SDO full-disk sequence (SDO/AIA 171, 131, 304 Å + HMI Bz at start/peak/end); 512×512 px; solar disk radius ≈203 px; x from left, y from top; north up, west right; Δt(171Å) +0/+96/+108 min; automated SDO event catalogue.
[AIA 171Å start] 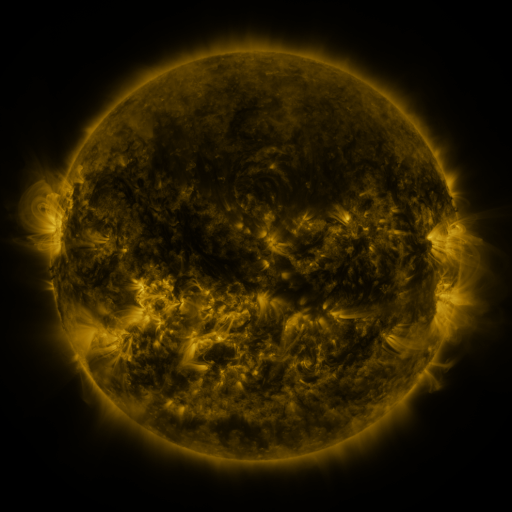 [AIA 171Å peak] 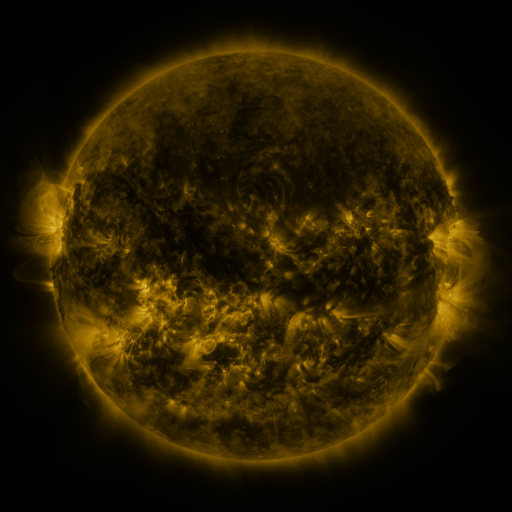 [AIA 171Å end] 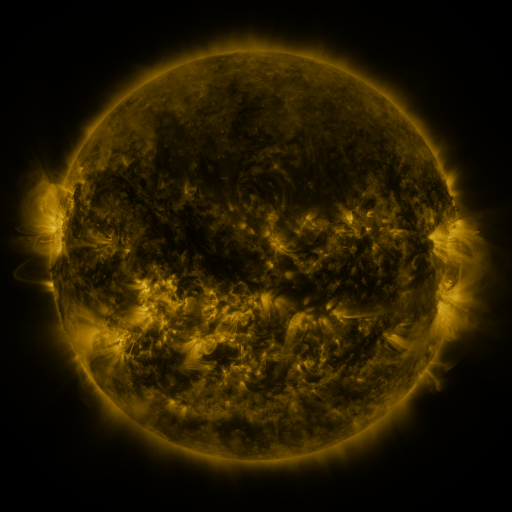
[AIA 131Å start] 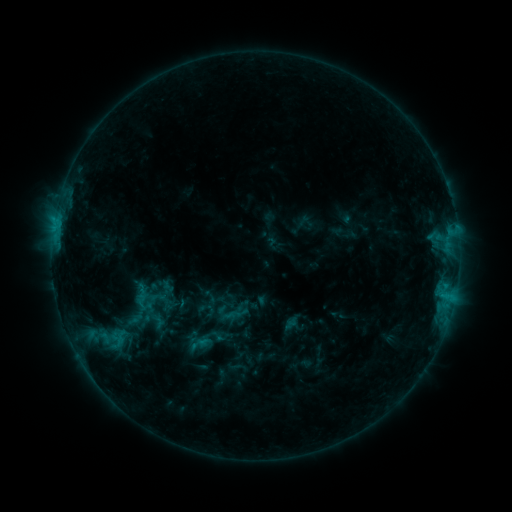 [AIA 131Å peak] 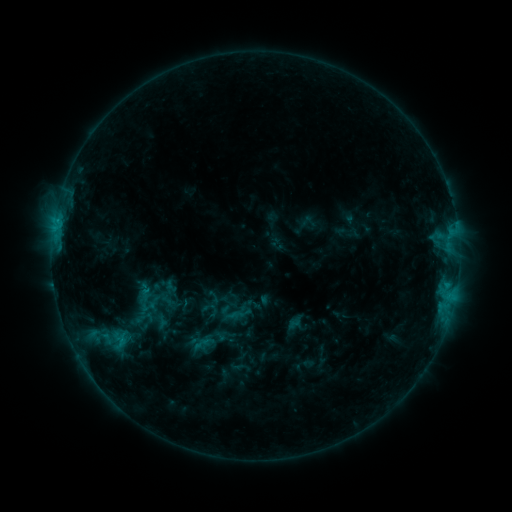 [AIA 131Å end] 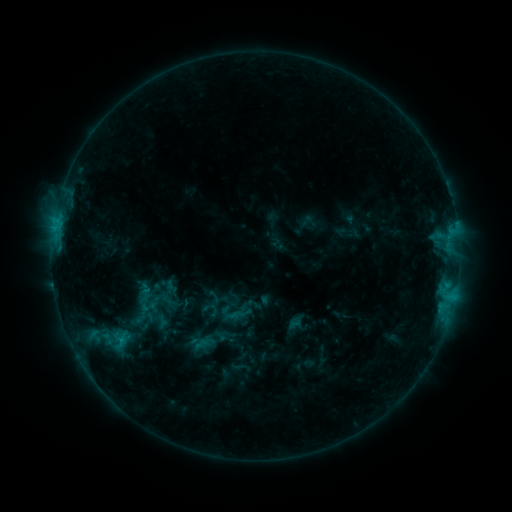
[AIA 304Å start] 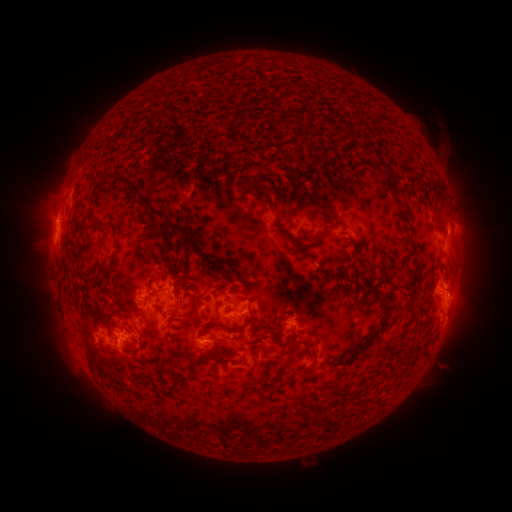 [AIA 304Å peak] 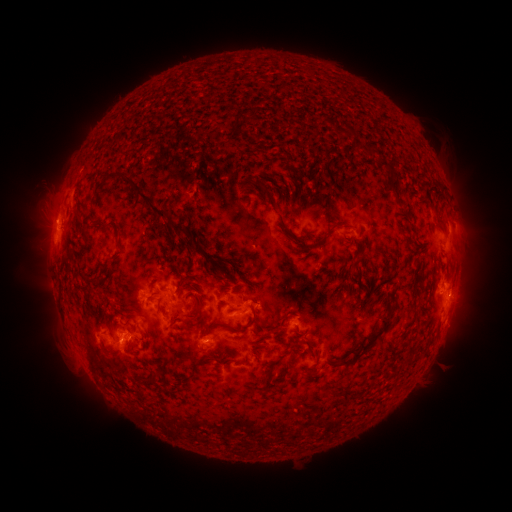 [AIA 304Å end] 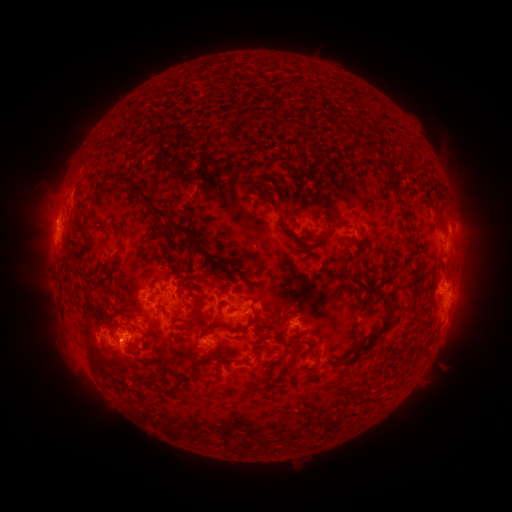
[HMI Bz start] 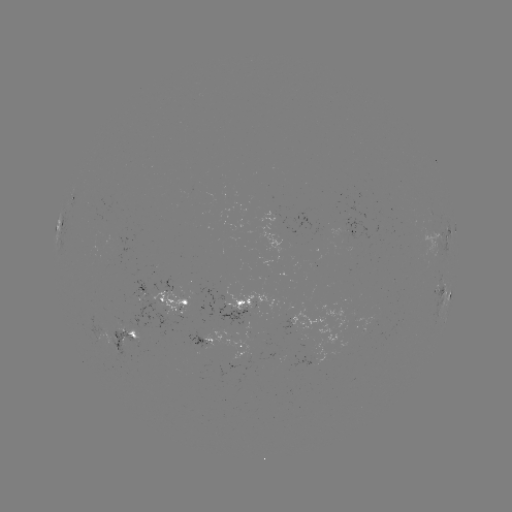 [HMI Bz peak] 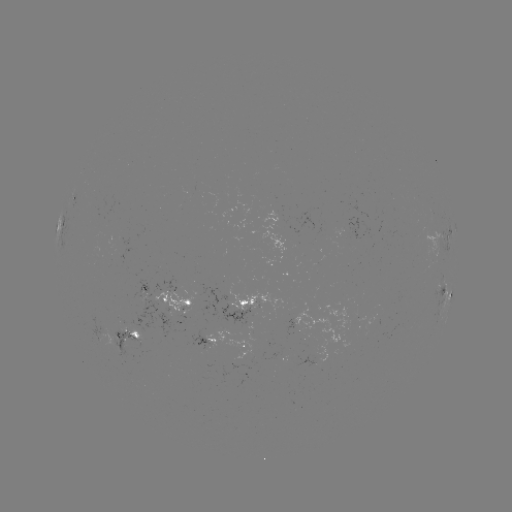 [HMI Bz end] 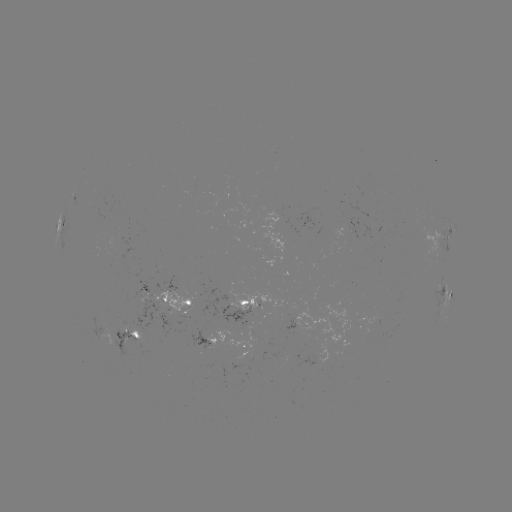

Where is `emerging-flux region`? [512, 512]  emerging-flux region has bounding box [103, 324, 147, 360].